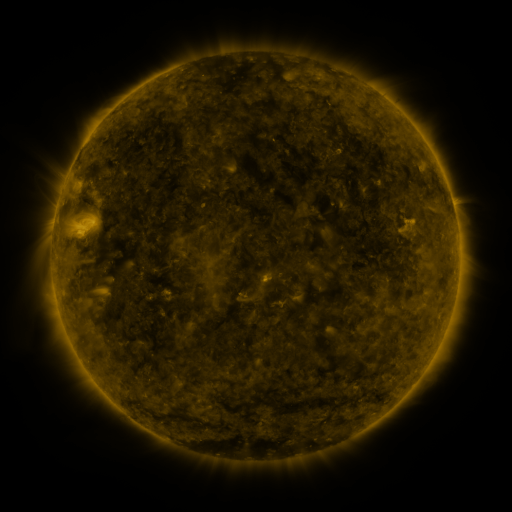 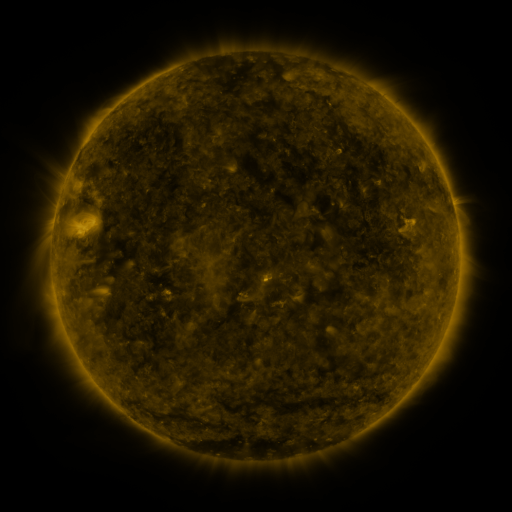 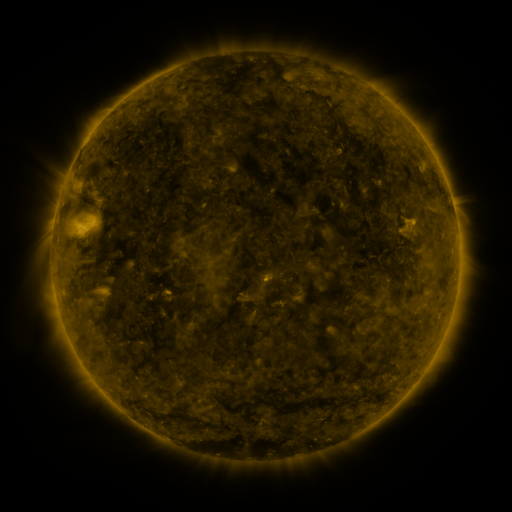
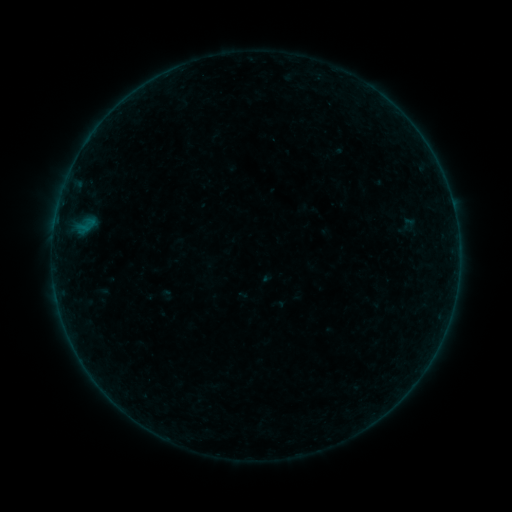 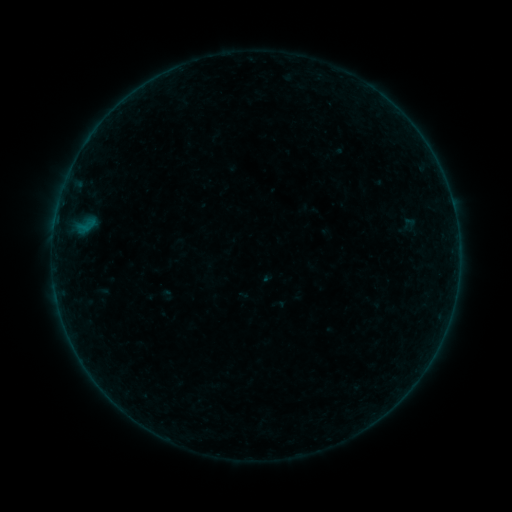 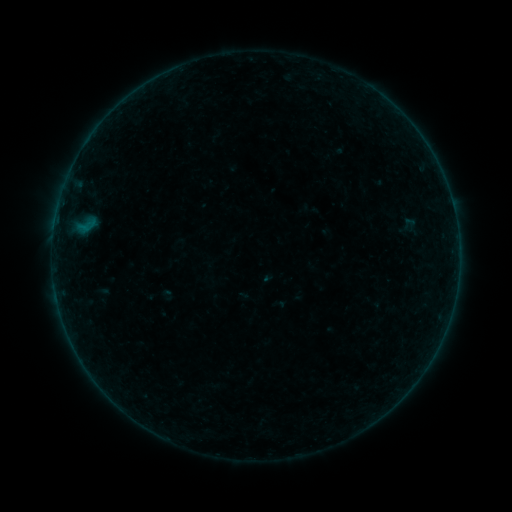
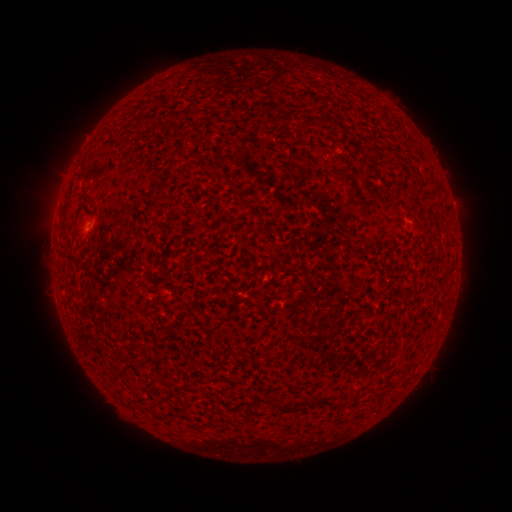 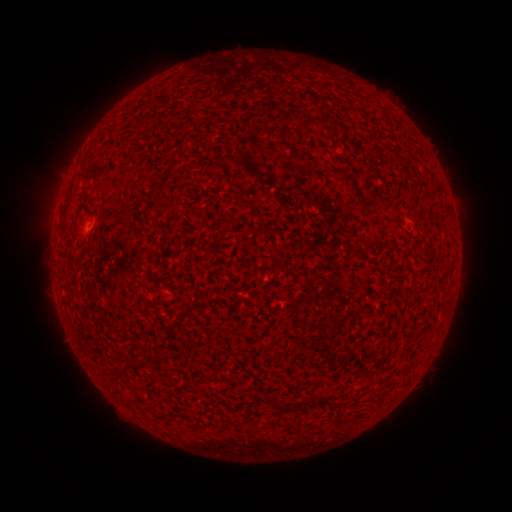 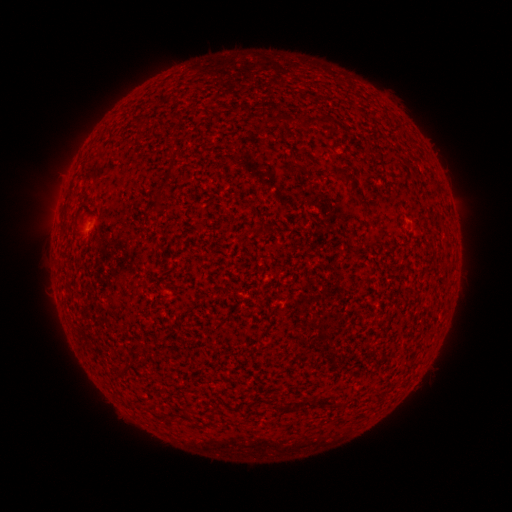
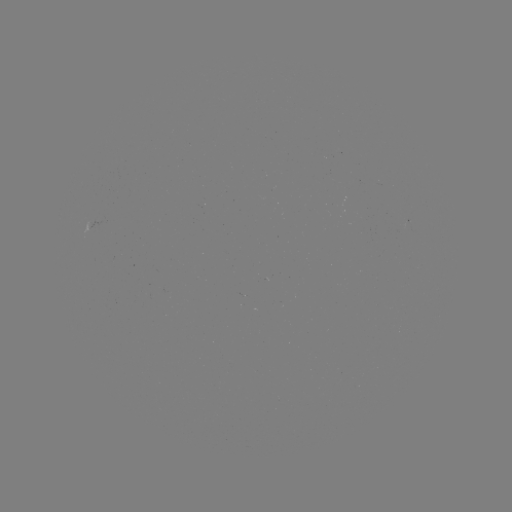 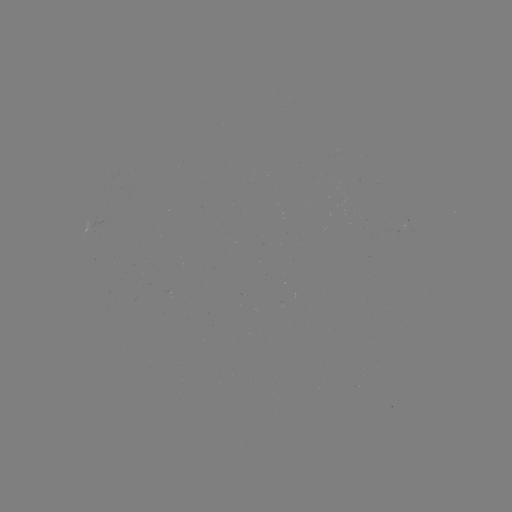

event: flare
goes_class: A5.2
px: (73, 344)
